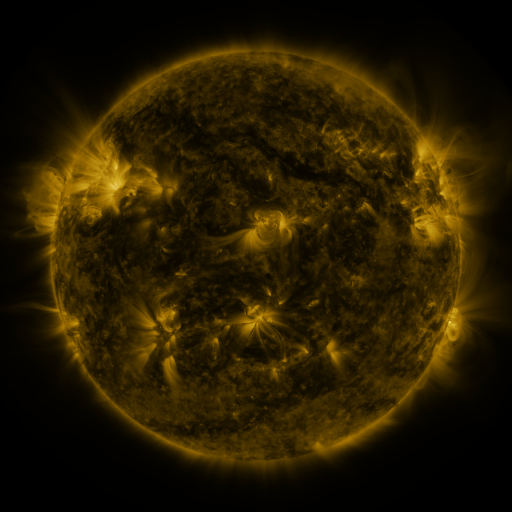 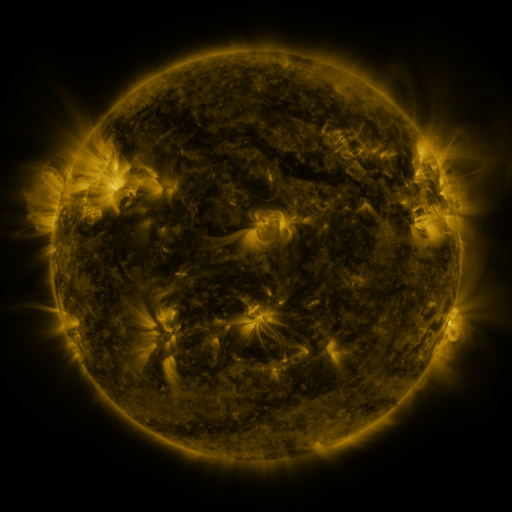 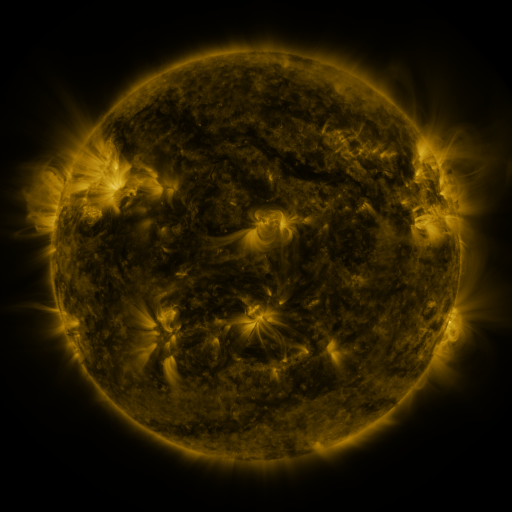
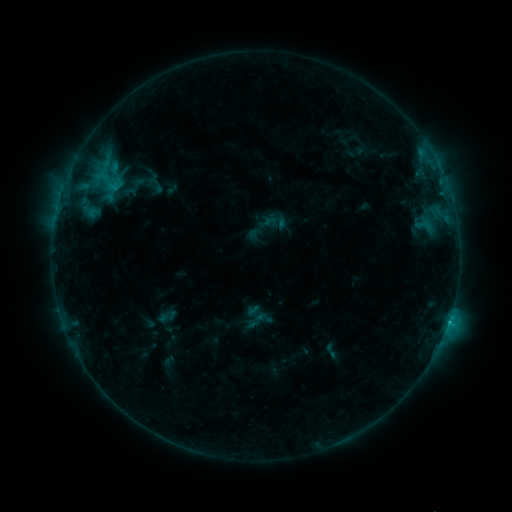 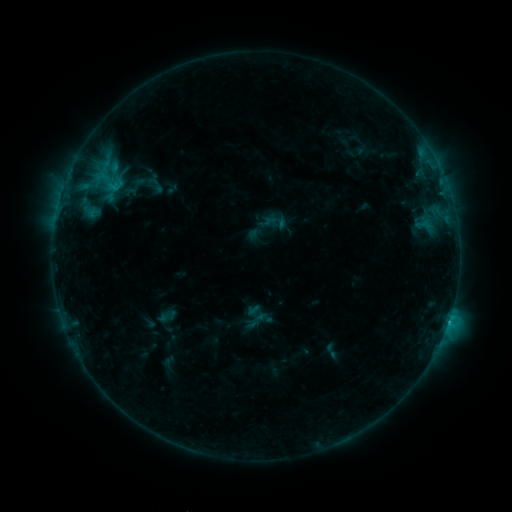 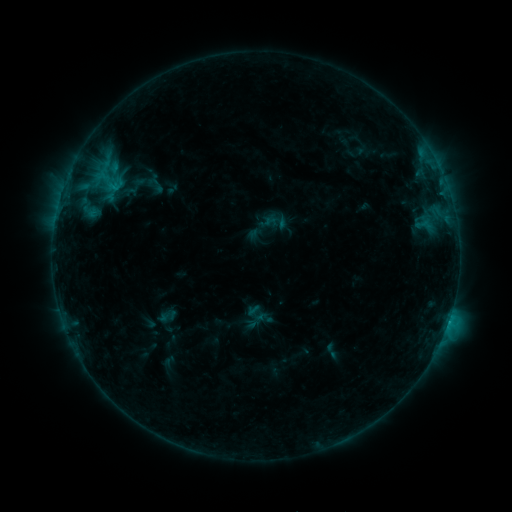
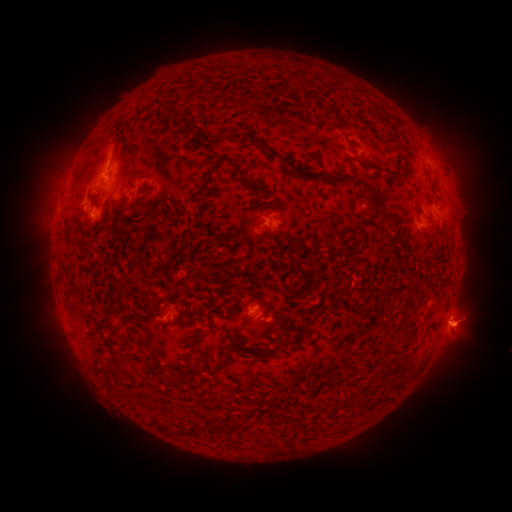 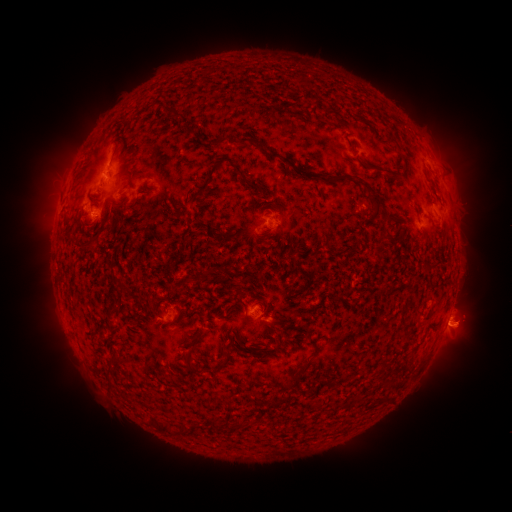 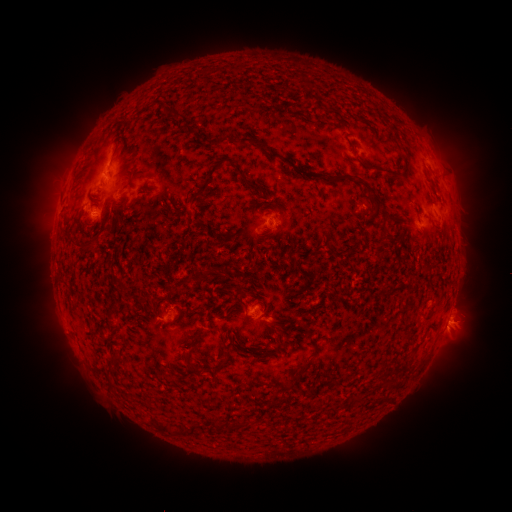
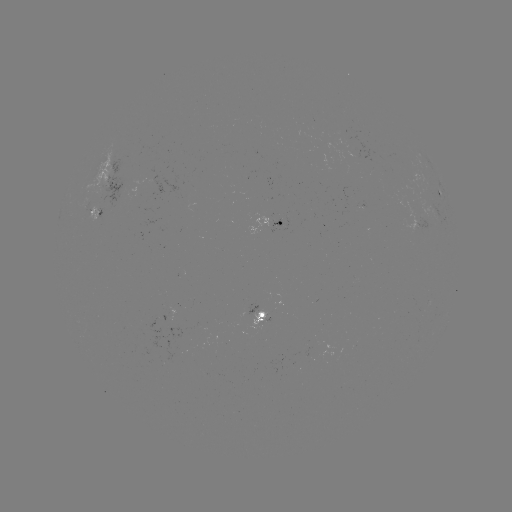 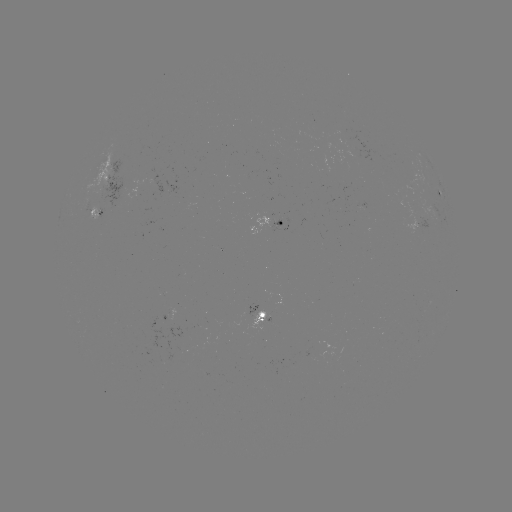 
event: eruption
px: (457, 337)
